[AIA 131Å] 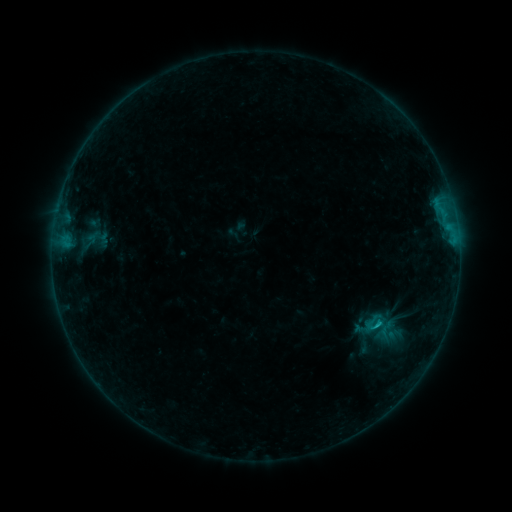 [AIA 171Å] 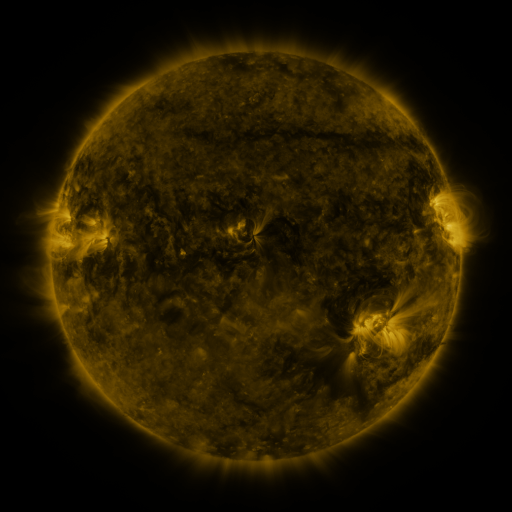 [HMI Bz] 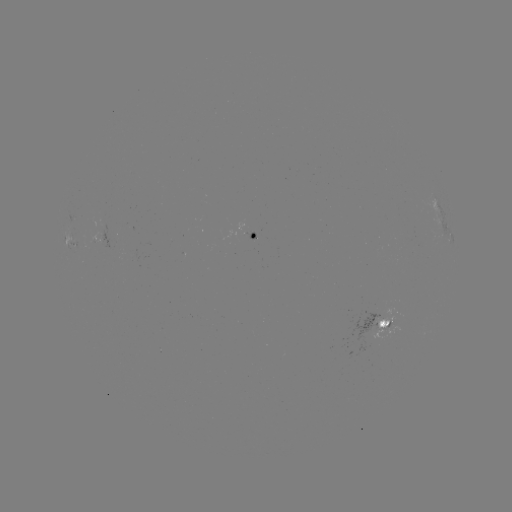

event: sigmoid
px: (375, 323)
